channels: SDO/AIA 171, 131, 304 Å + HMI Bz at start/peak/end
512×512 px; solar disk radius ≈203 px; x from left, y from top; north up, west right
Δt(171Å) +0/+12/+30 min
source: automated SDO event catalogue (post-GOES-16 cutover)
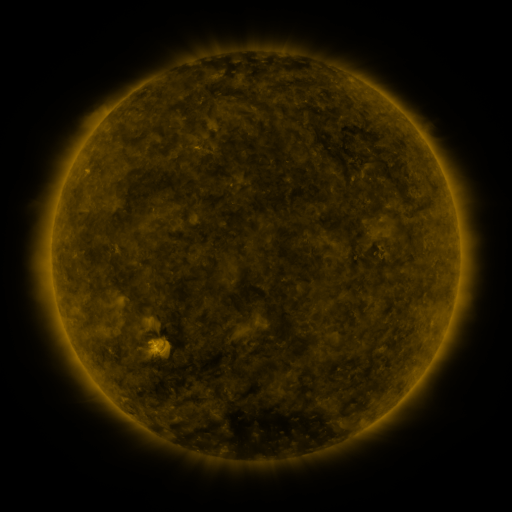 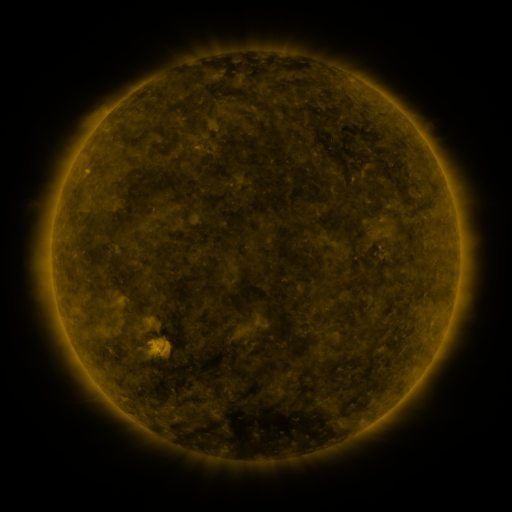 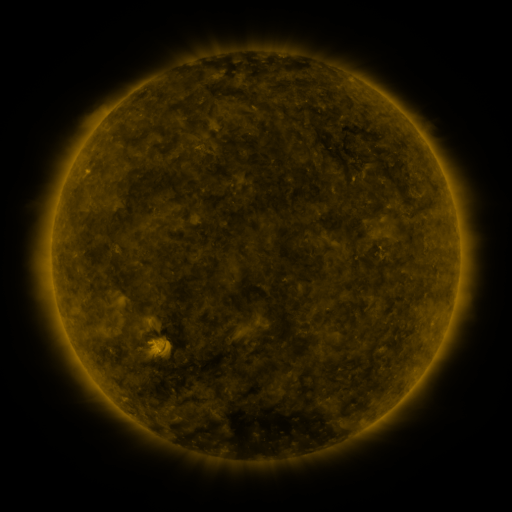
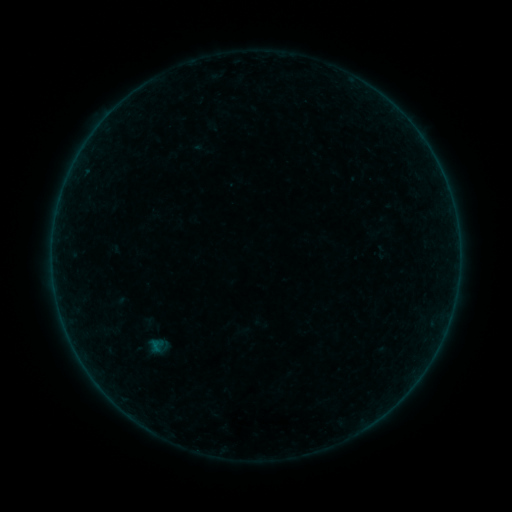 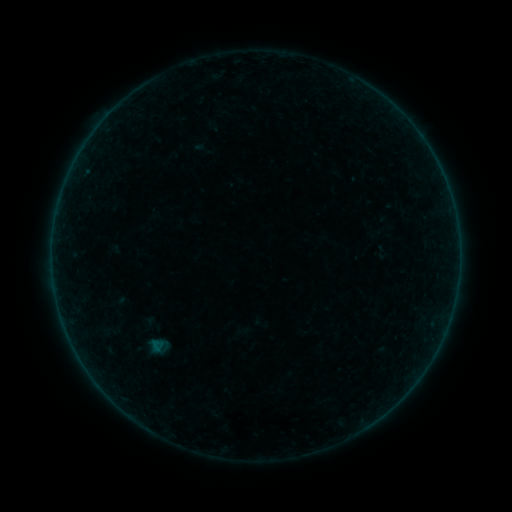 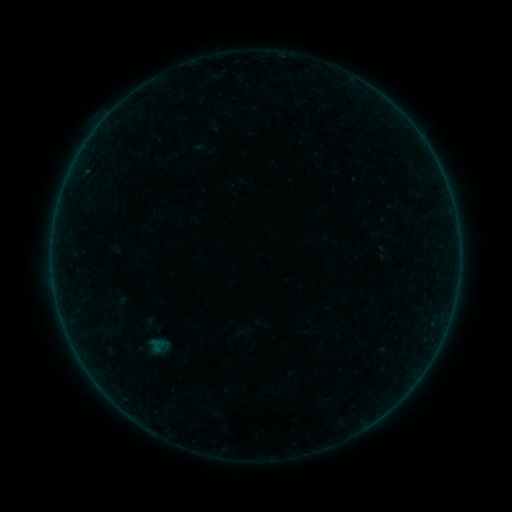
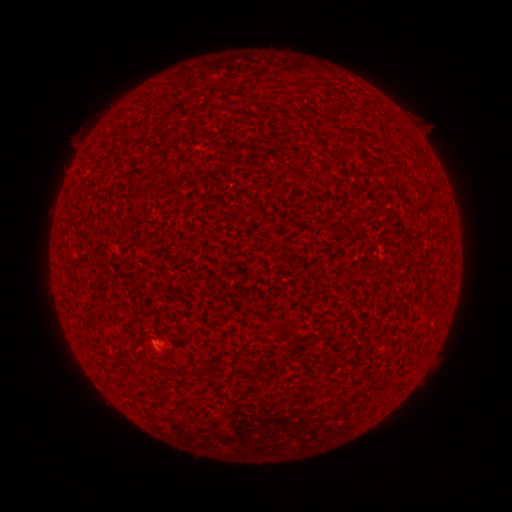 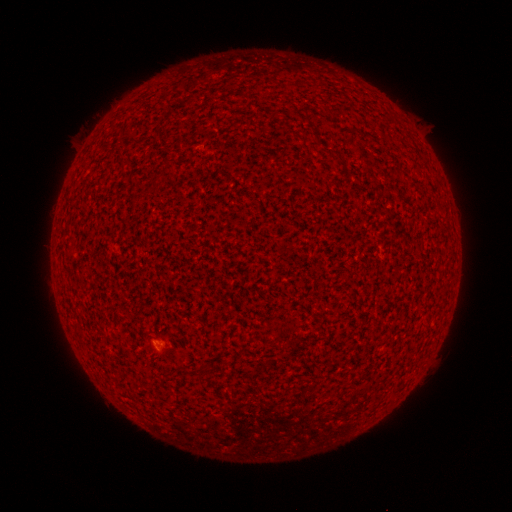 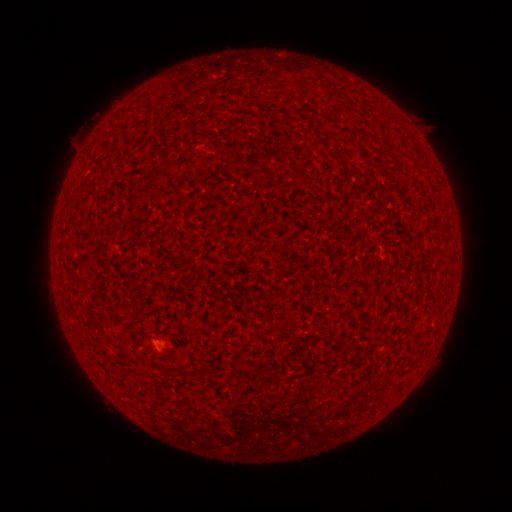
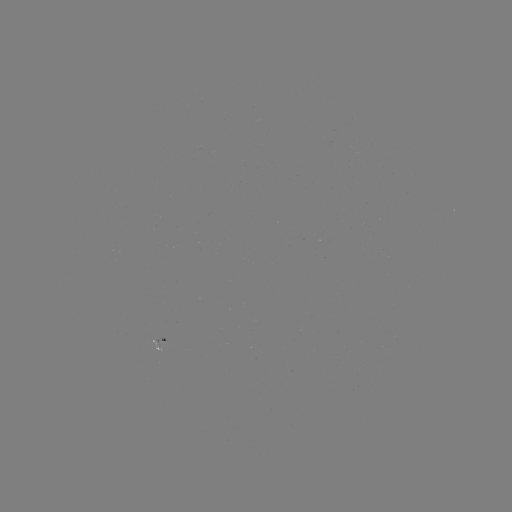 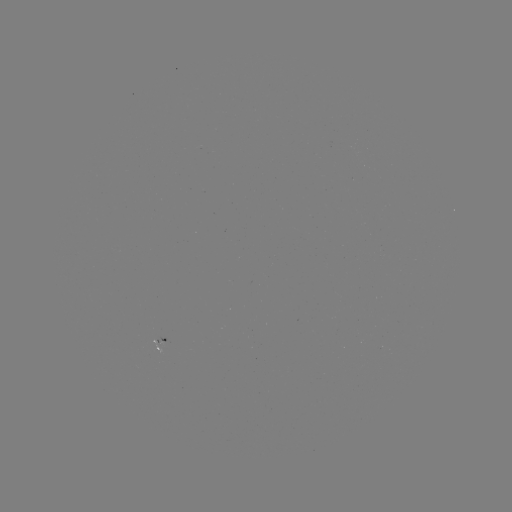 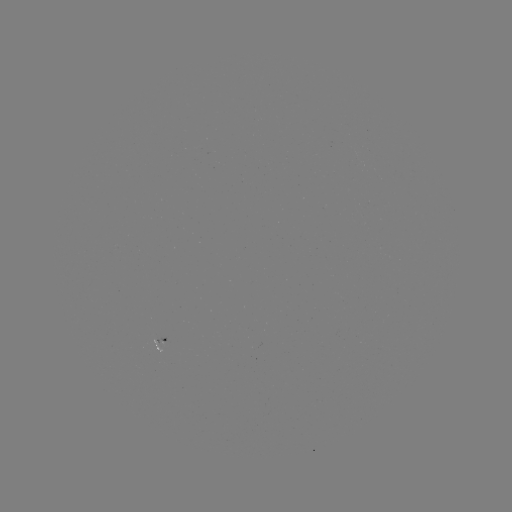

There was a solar flare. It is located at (159, 345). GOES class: A2.1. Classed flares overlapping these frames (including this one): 1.